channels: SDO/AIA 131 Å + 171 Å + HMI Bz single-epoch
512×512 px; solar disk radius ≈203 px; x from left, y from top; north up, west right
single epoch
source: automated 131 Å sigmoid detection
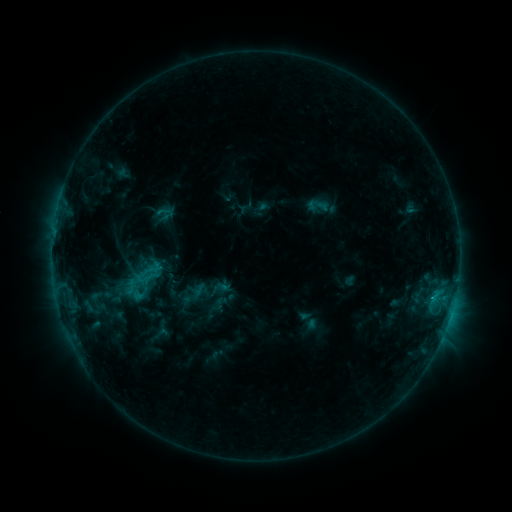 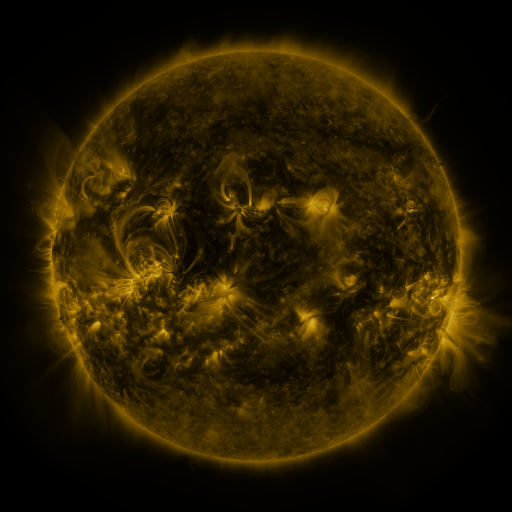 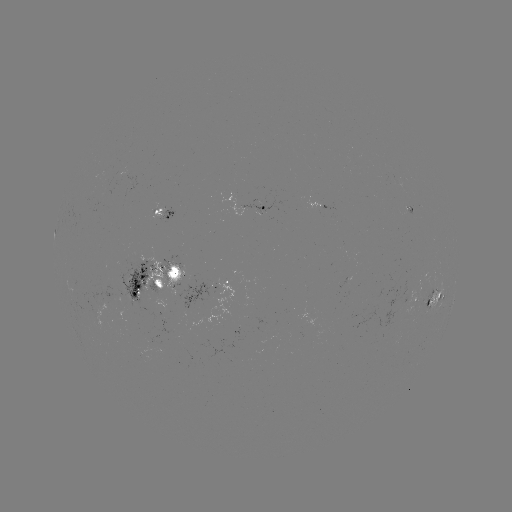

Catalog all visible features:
sigmoid: <bbox>156, 204, 175, 223</bbox>
sigmoid: <bbox>130, 263, 159, 288</bbox>
